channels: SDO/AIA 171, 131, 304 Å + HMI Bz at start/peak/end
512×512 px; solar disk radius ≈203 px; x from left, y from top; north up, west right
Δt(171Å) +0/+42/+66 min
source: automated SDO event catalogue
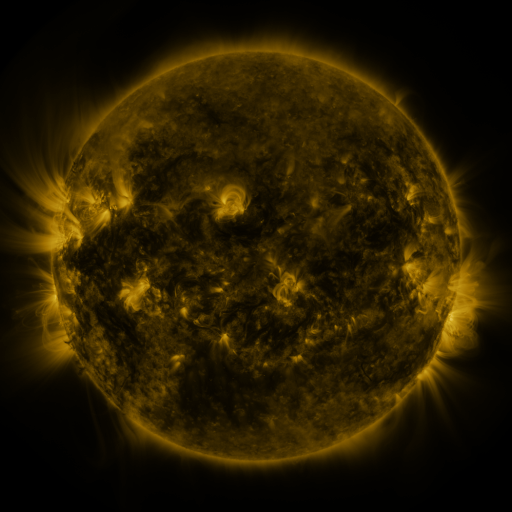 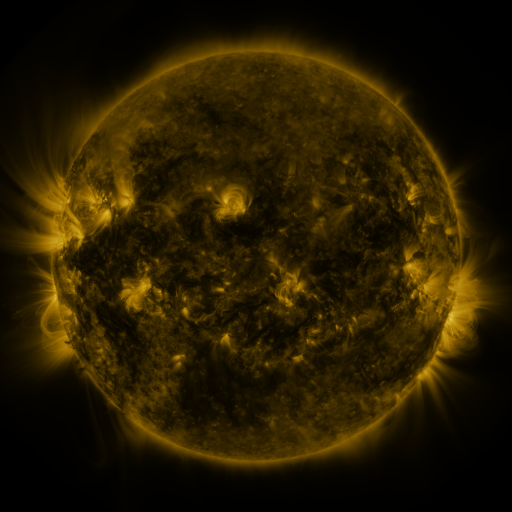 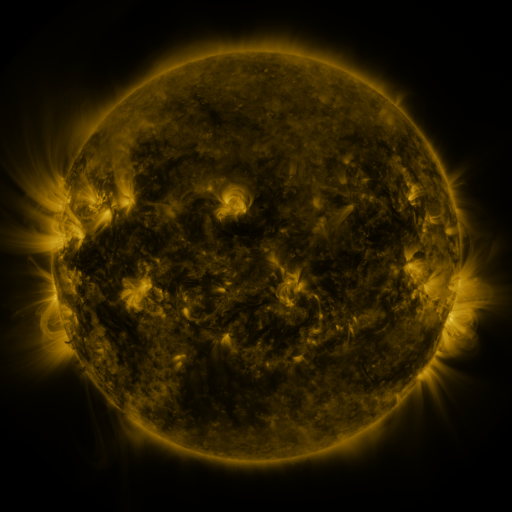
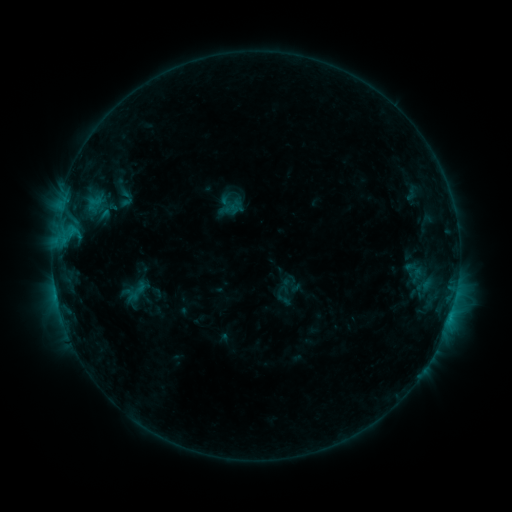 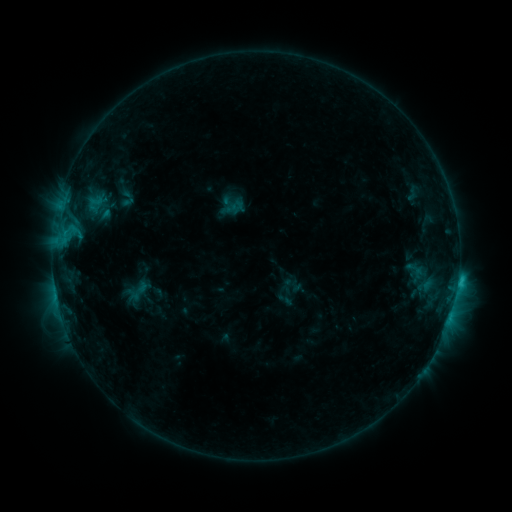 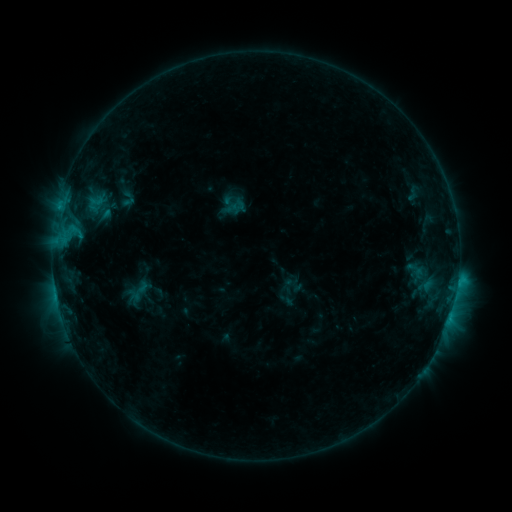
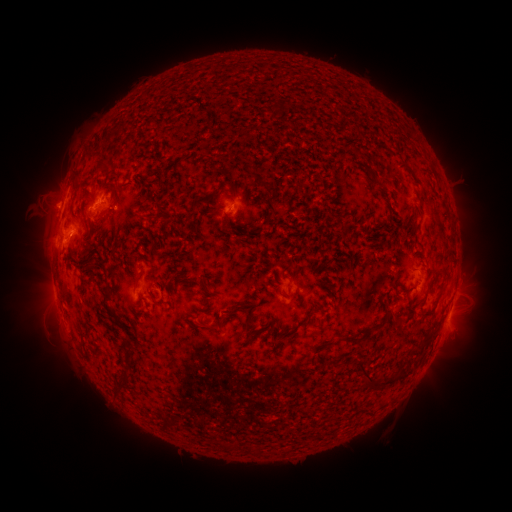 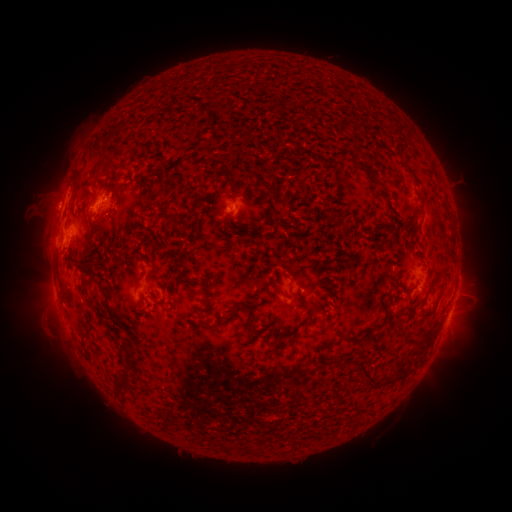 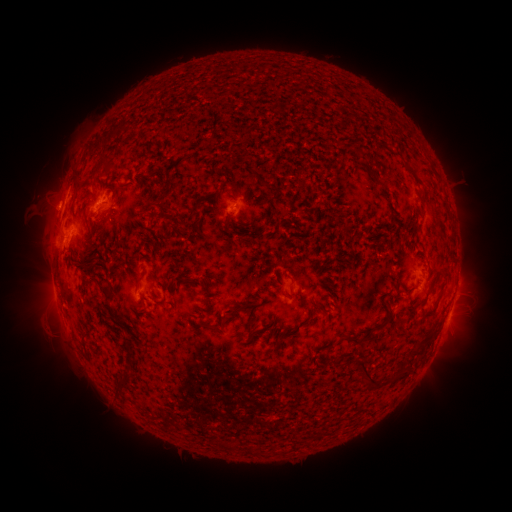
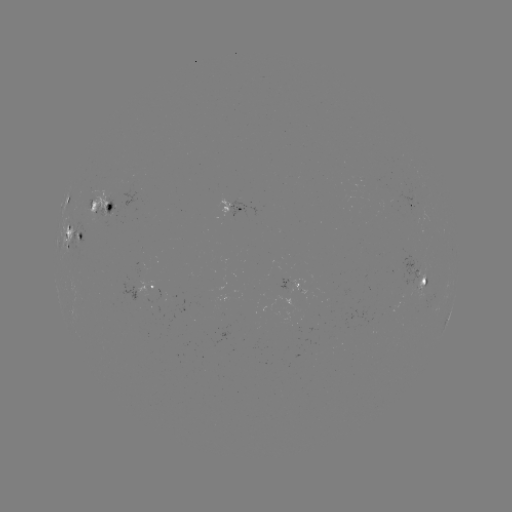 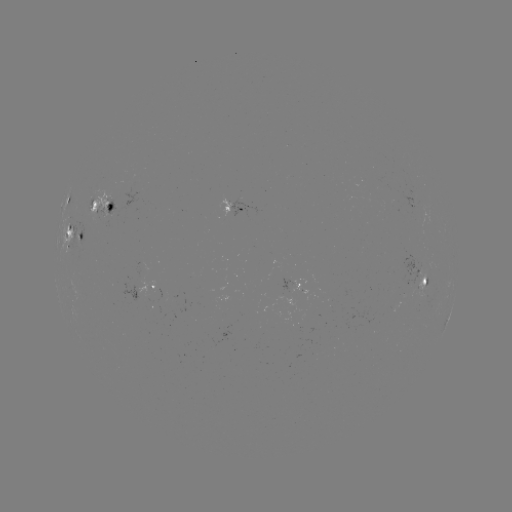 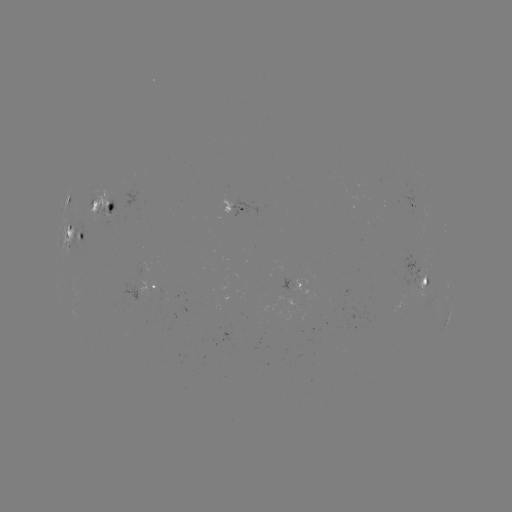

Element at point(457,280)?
C1.7 flare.